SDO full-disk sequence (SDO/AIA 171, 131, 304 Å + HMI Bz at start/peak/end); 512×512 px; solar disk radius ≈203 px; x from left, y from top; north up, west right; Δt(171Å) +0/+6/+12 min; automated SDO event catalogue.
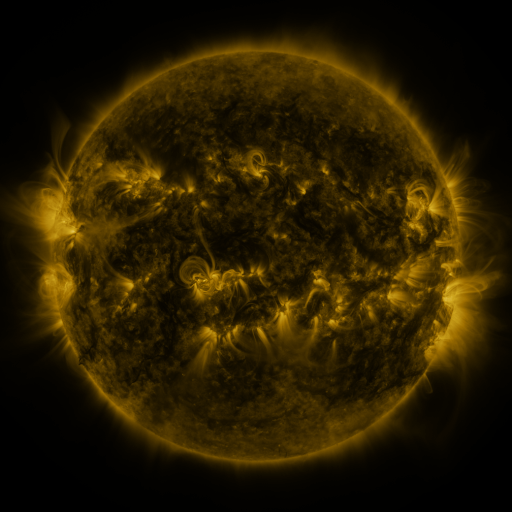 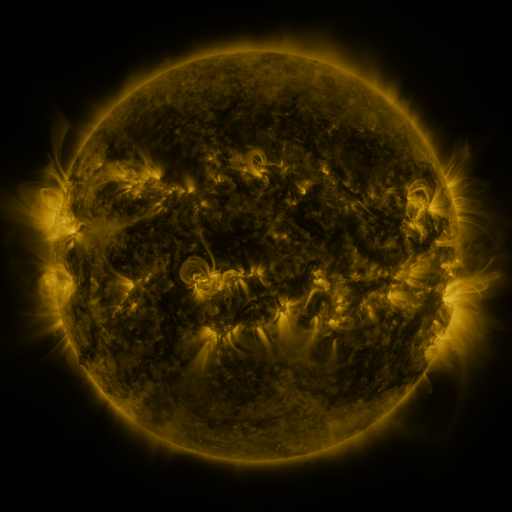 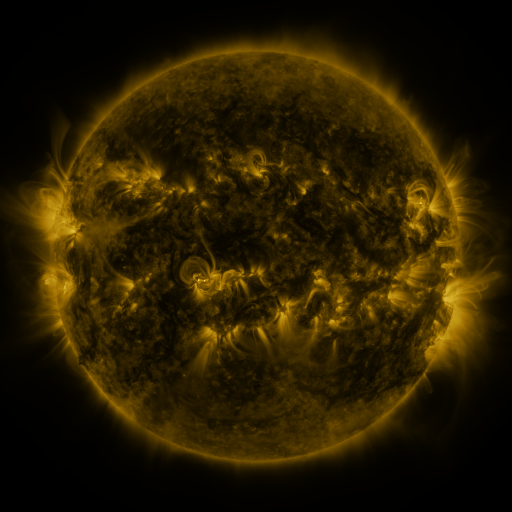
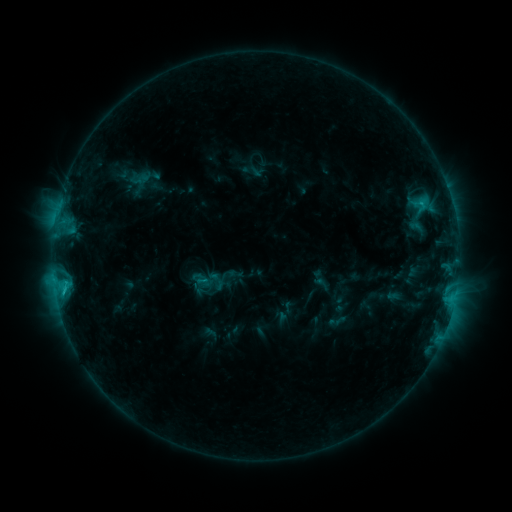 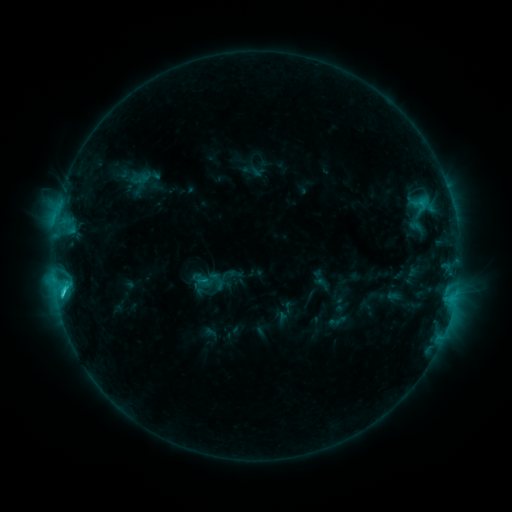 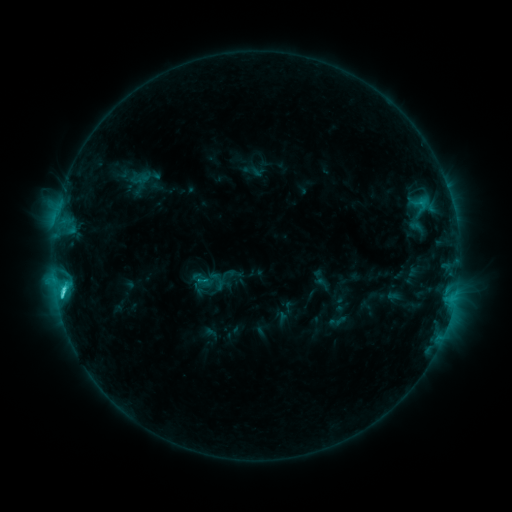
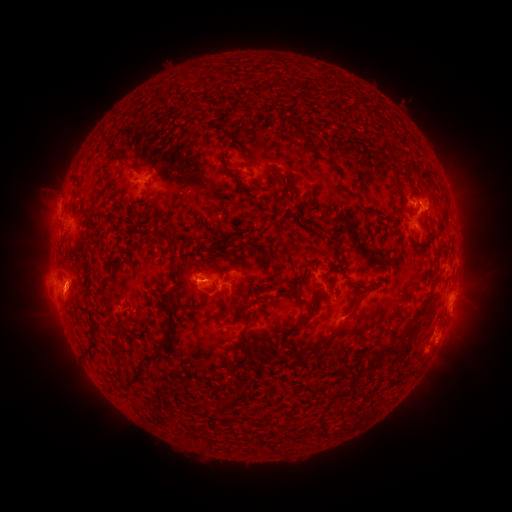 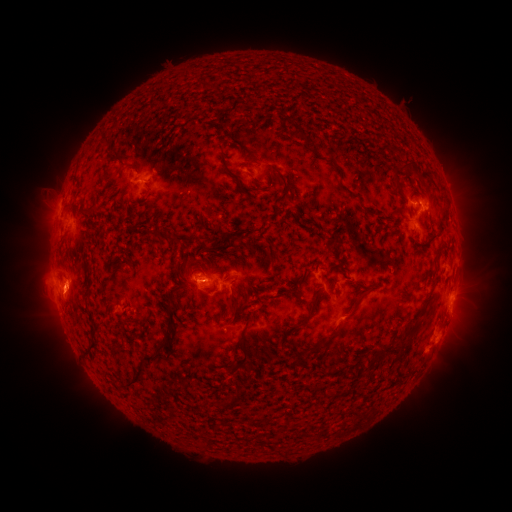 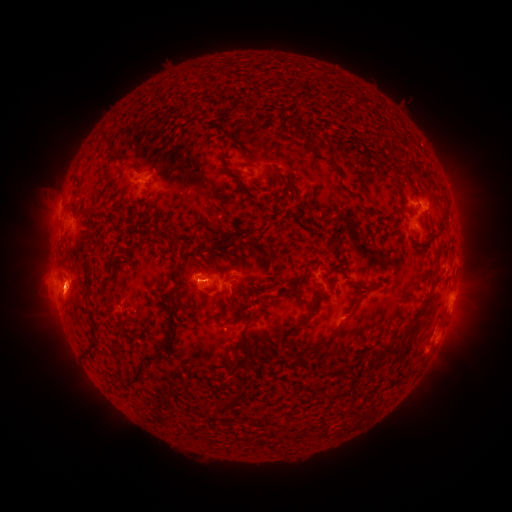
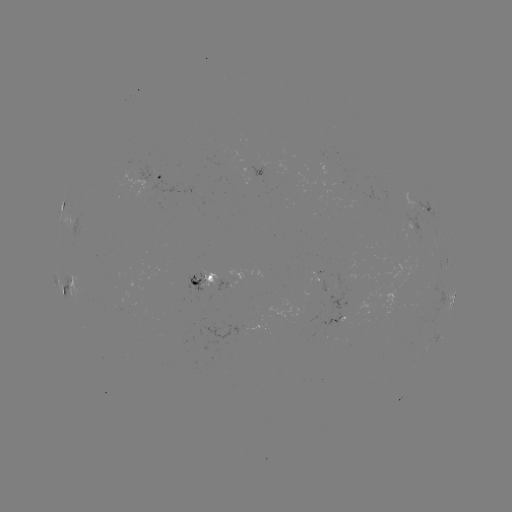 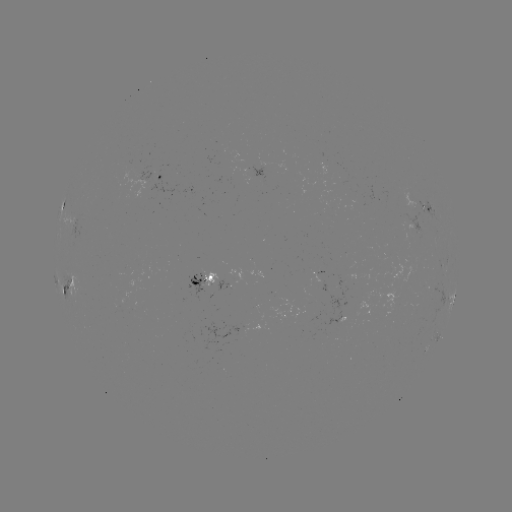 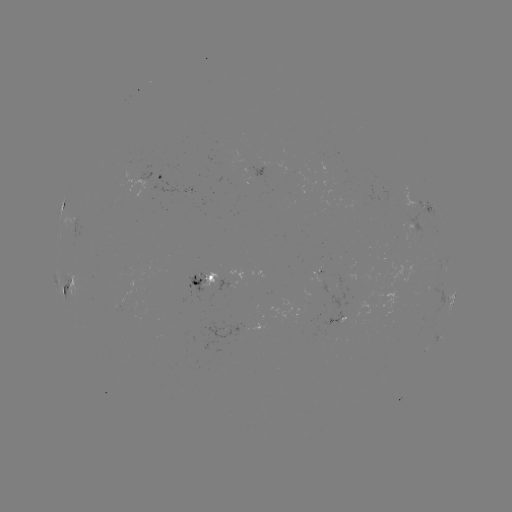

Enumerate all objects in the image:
C3.6 flare: (63, 292)
